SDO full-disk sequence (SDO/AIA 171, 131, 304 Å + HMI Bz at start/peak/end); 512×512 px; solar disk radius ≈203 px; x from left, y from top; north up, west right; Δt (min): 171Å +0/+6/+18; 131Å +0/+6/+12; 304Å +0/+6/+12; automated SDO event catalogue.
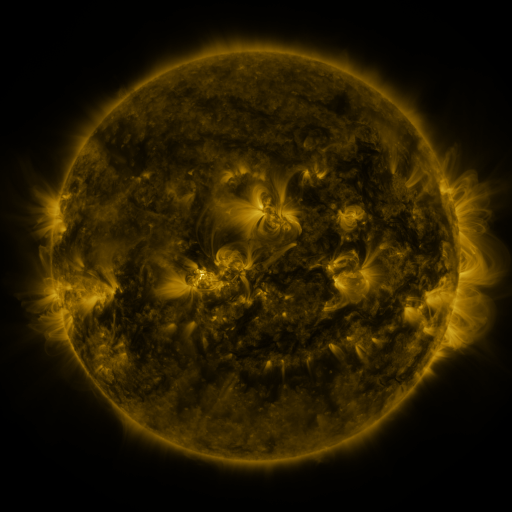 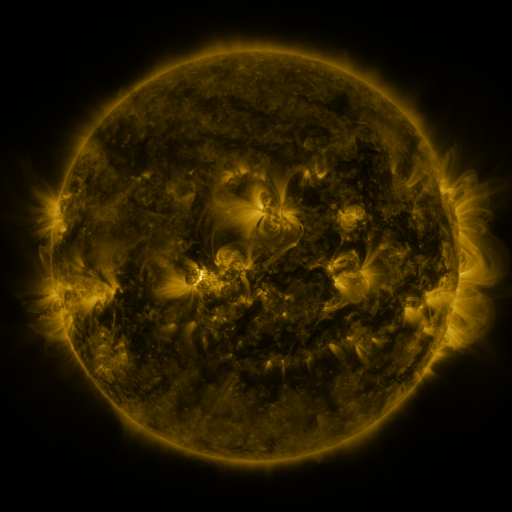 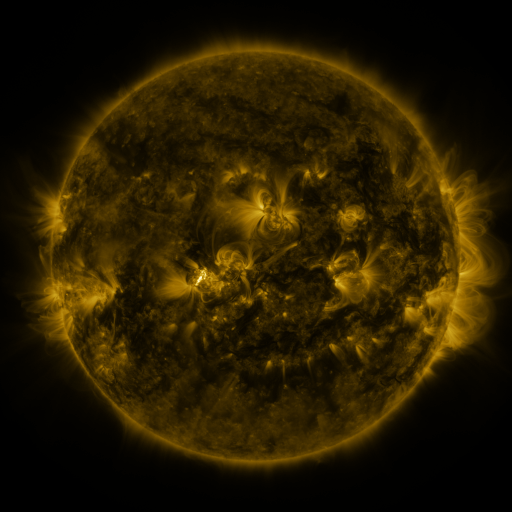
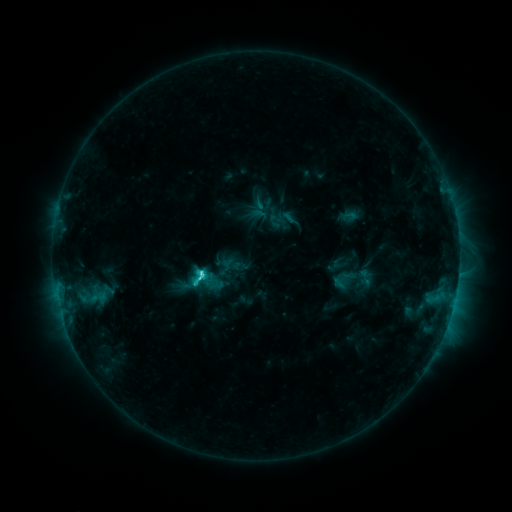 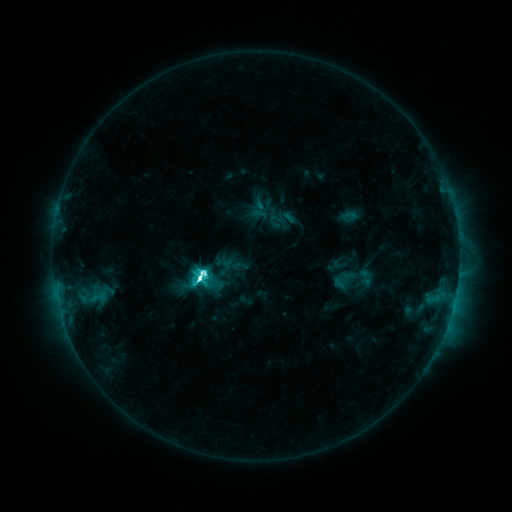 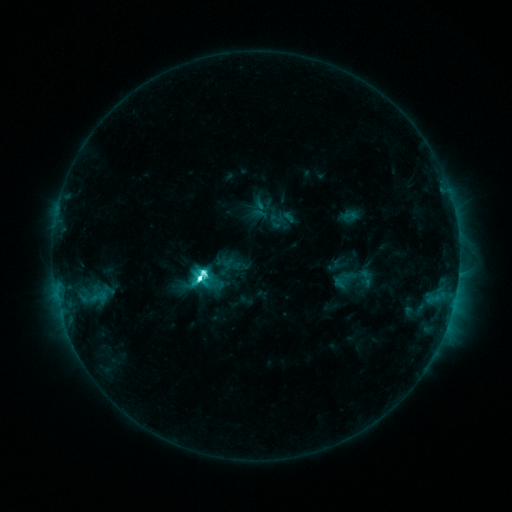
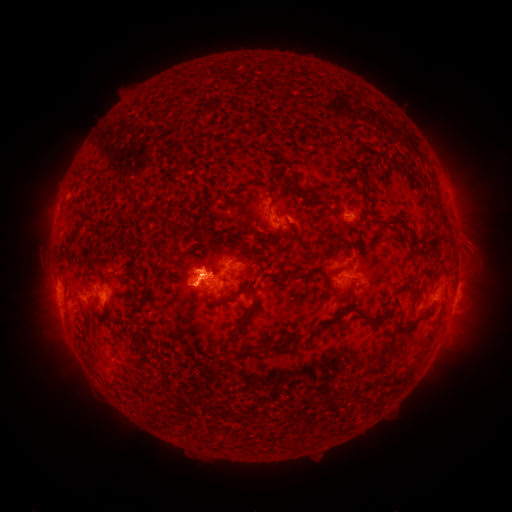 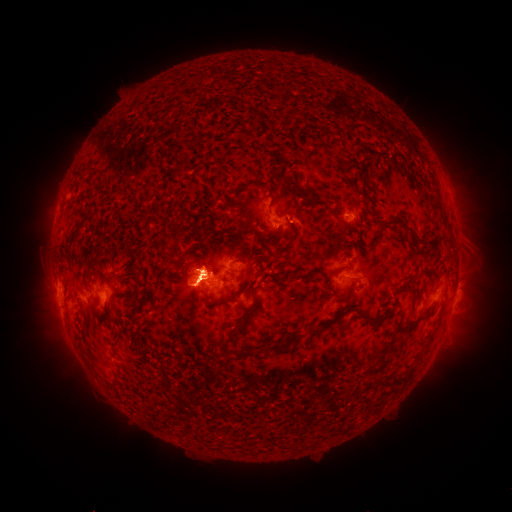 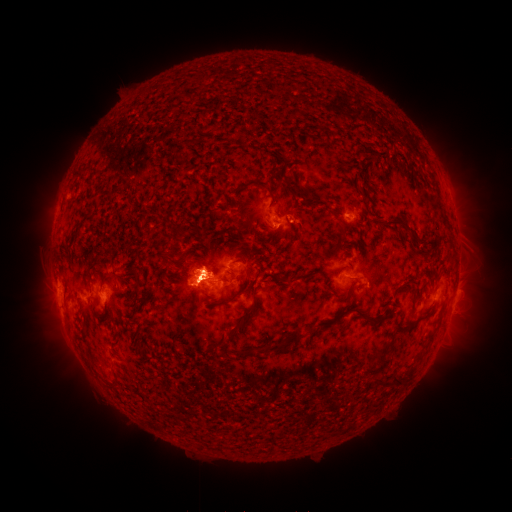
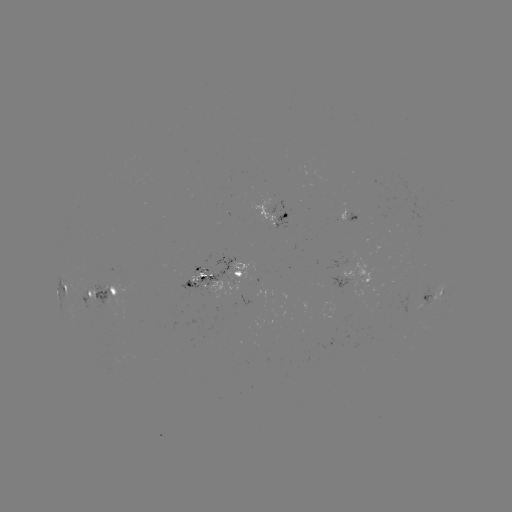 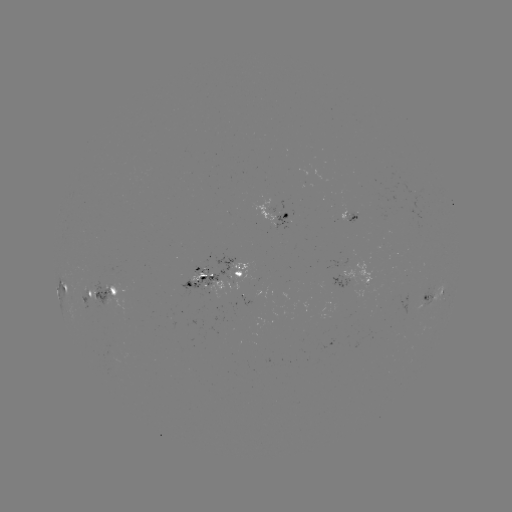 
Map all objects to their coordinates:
M1.7 flare: (201, 279)
